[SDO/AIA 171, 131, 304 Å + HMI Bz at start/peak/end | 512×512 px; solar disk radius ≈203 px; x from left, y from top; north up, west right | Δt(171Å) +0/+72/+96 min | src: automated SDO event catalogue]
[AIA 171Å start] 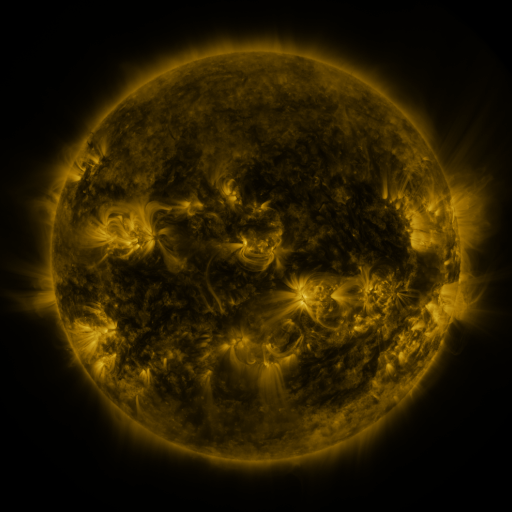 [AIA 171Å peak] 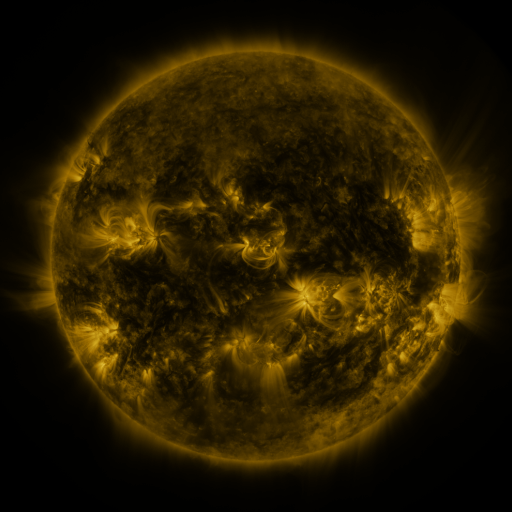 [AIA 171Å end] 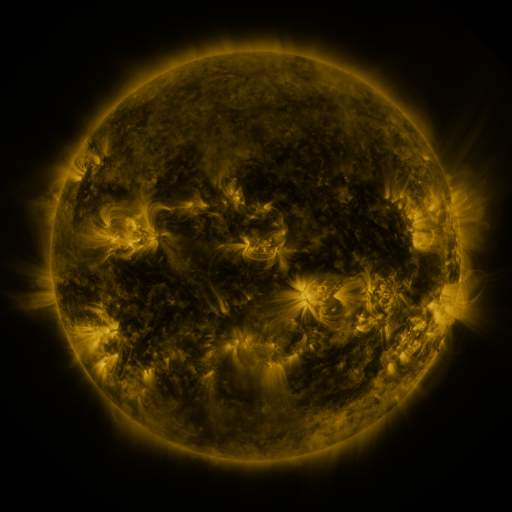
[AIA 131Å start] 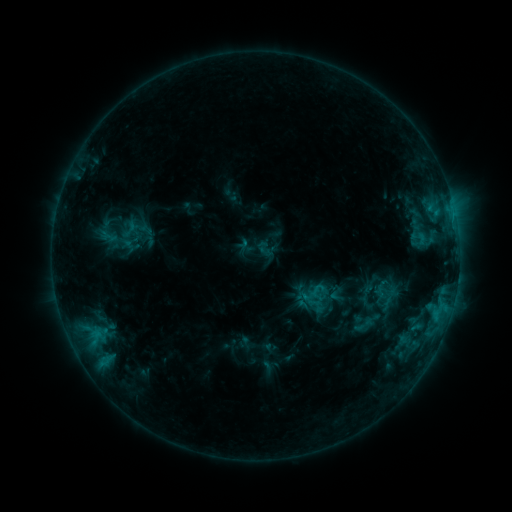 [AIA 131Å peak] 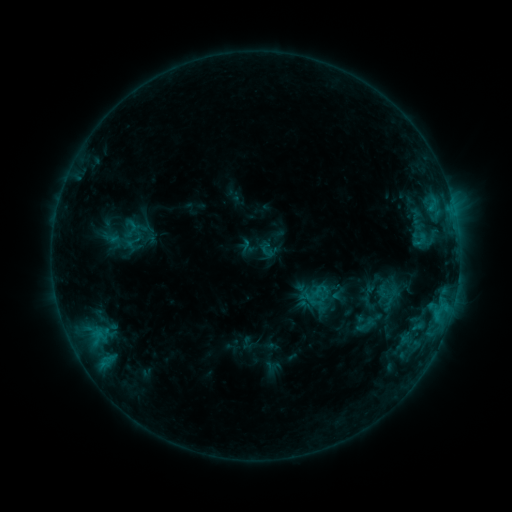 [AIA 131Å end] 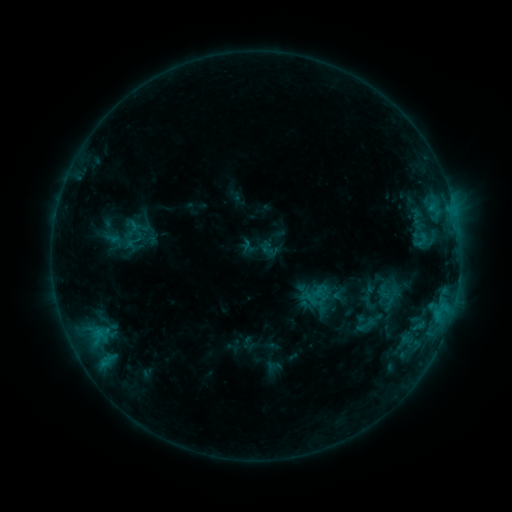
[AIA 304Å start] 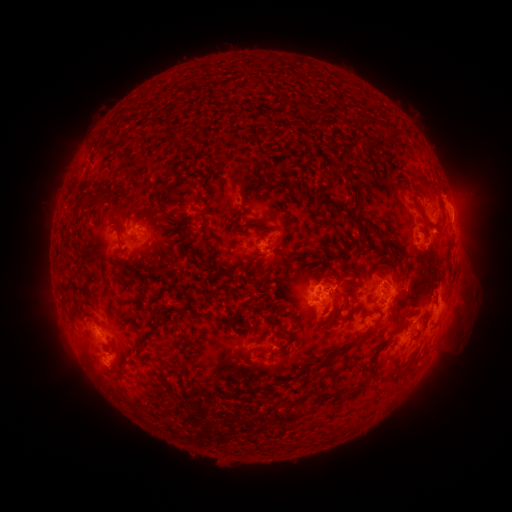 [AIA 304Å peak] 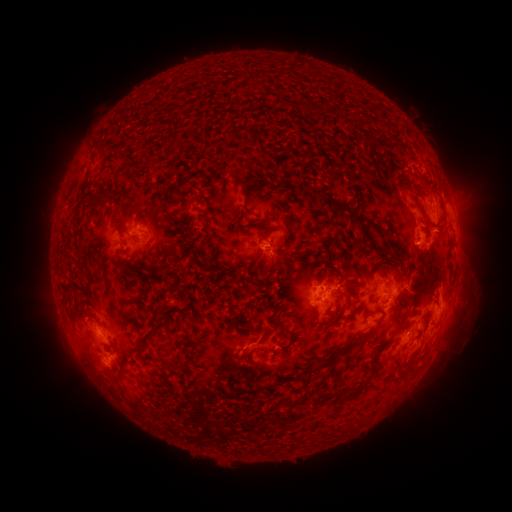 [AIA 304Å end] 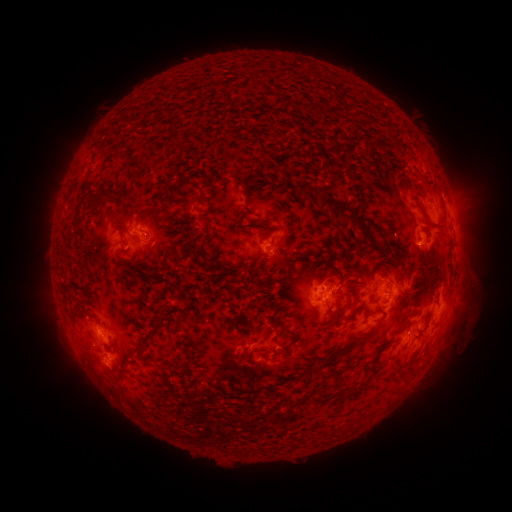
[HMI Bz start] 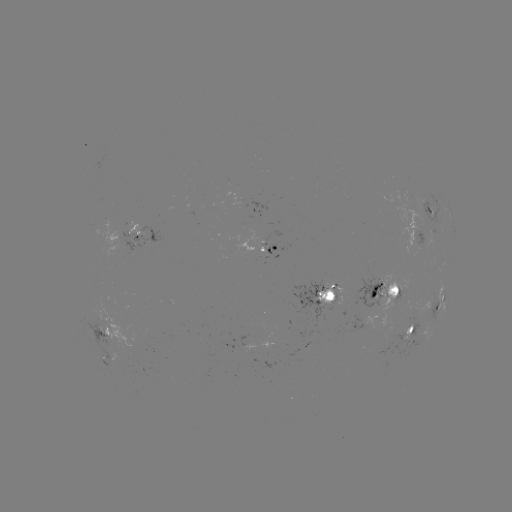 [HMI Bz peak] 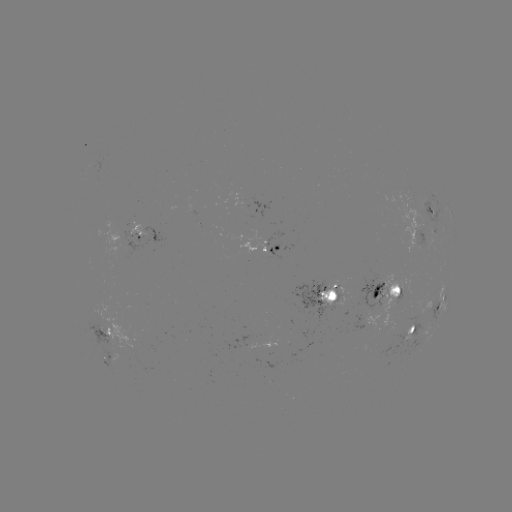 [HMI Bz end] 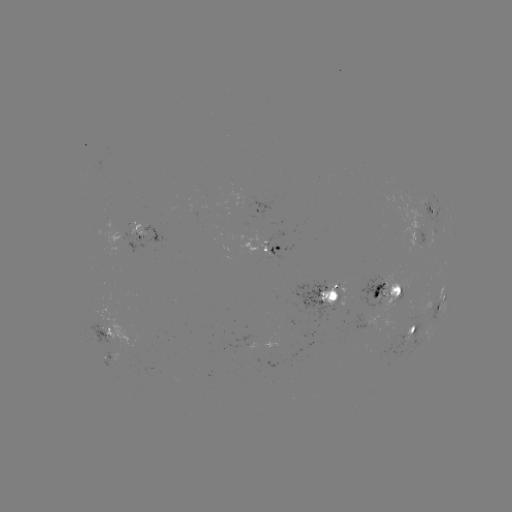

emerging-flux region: [238, 228, 271, 258]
